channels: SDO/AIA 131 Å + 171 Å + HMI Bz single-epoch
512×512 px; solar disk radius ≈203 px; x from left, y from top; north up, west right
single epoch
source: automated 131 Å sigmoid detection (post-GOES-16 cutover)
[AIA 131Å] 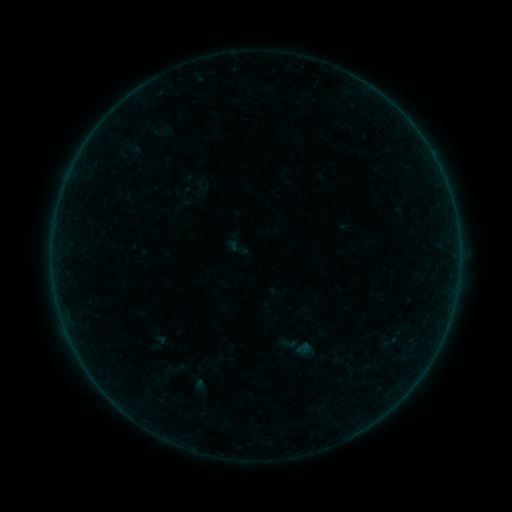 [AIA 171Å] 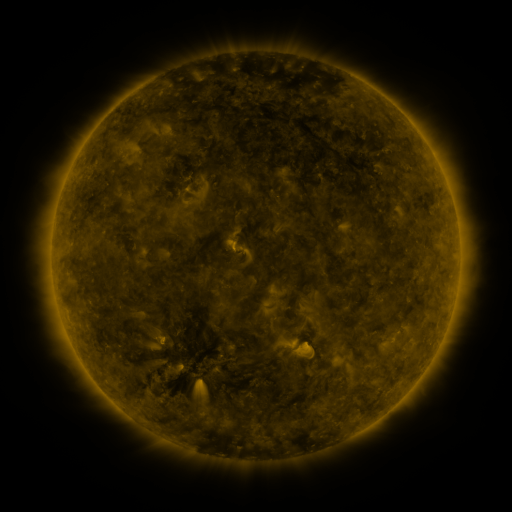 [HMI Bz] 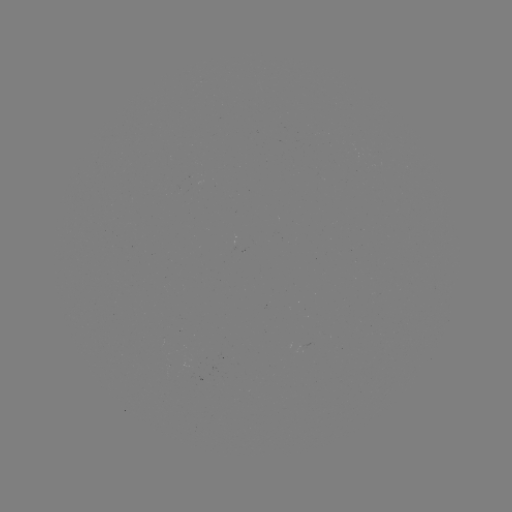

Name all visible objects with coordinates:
sigmoid: [380, 331, 400, 352]
